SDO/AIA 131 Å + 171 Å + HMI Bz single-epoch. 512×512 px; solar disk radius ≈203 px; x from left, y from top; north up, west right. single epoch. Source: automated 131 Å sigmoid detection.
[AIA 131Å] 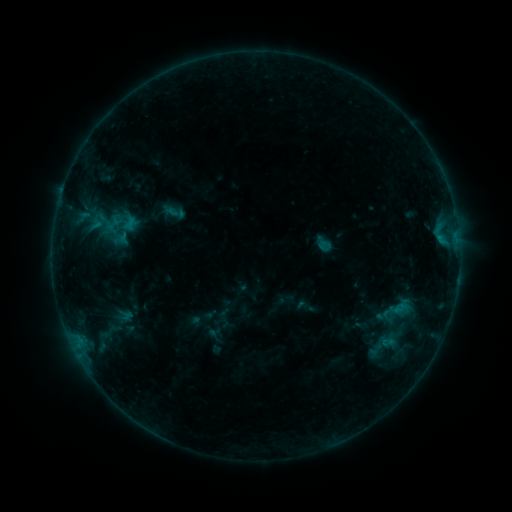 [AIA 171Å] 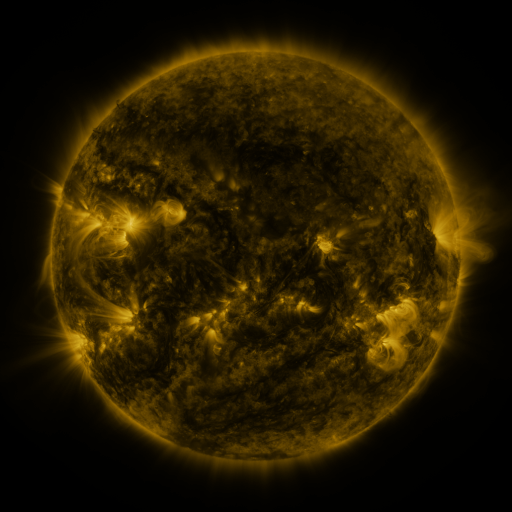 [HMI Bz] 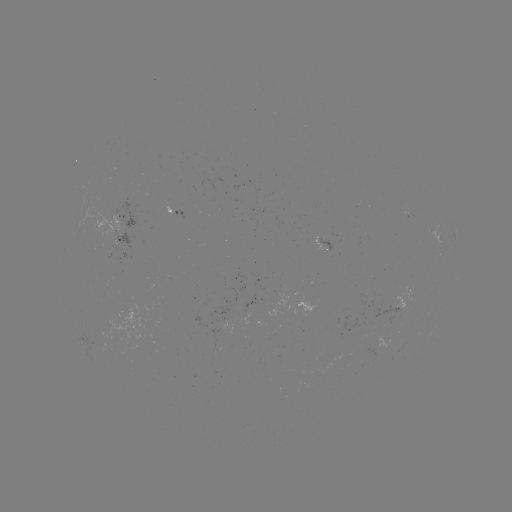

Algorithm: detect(sigmoid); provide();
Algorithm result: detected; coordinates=109,222